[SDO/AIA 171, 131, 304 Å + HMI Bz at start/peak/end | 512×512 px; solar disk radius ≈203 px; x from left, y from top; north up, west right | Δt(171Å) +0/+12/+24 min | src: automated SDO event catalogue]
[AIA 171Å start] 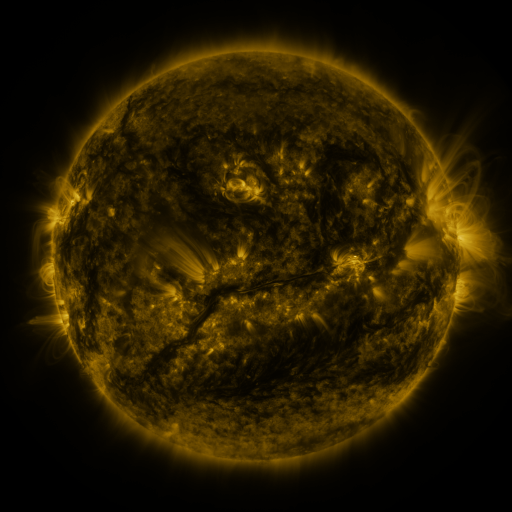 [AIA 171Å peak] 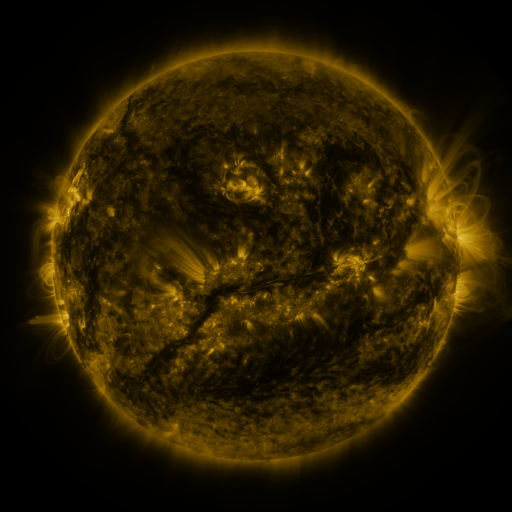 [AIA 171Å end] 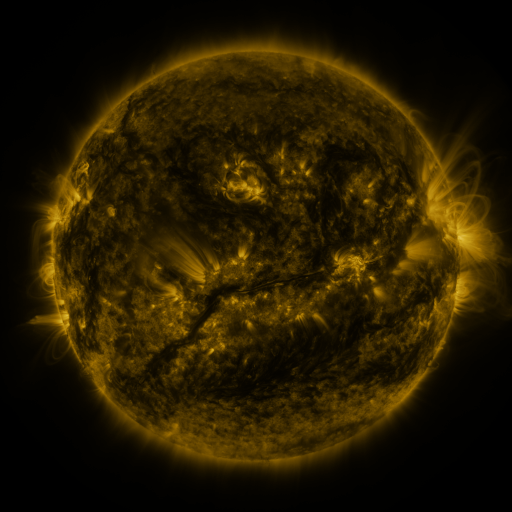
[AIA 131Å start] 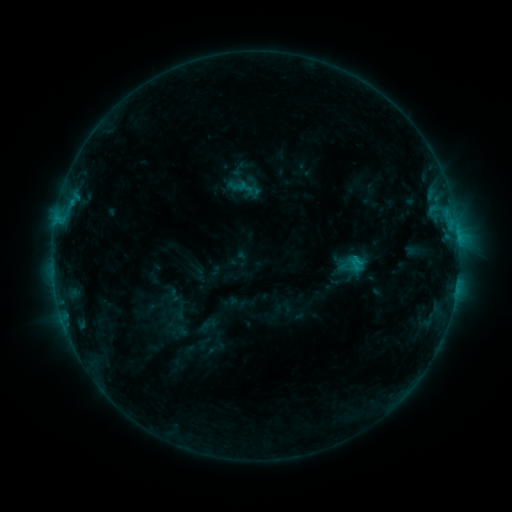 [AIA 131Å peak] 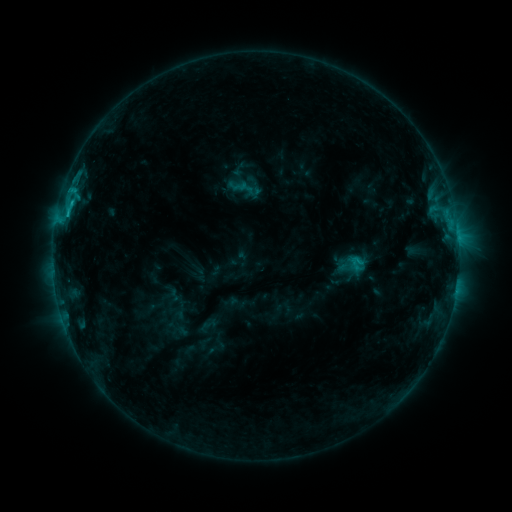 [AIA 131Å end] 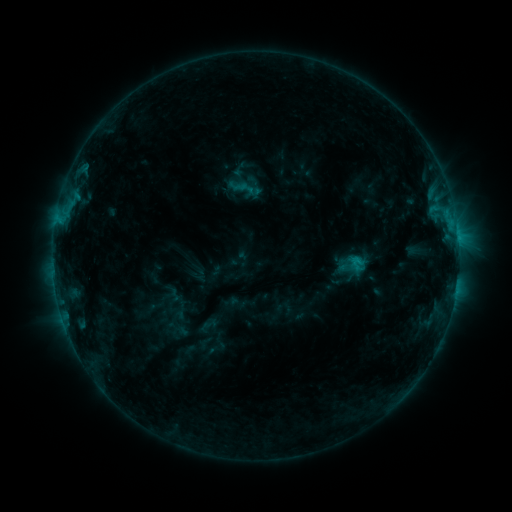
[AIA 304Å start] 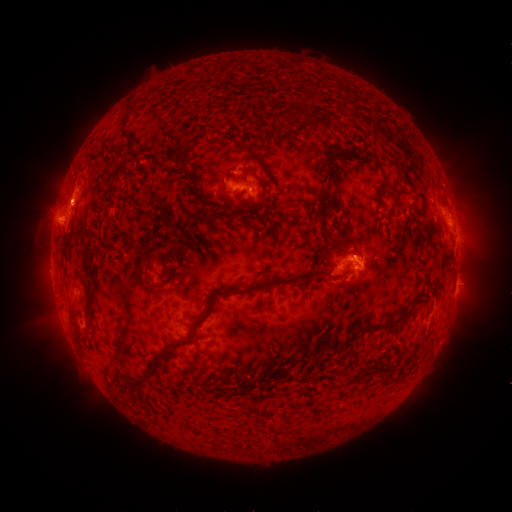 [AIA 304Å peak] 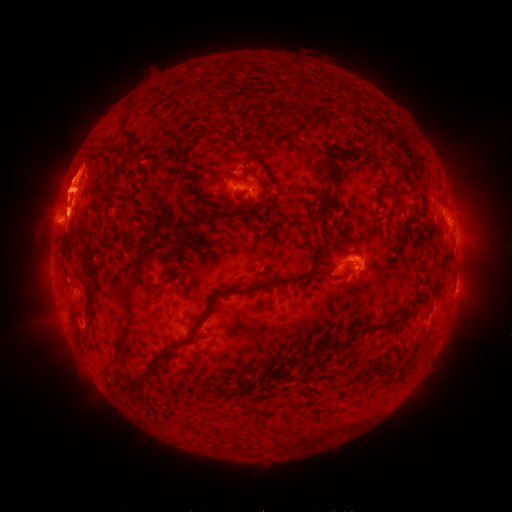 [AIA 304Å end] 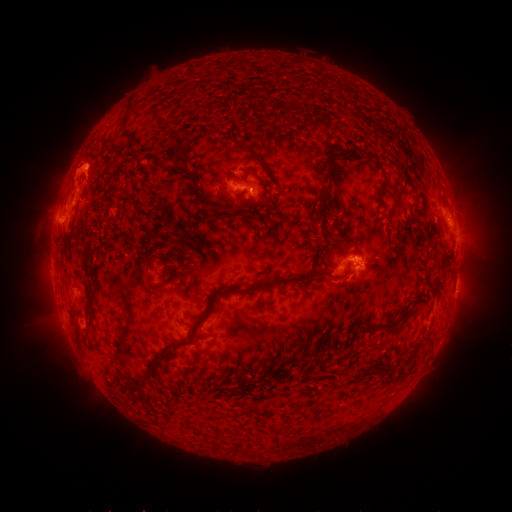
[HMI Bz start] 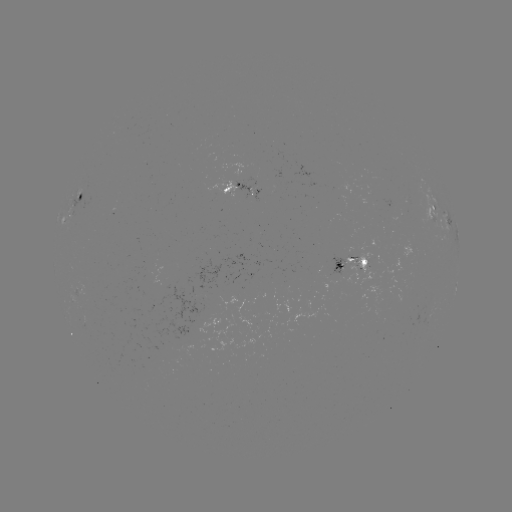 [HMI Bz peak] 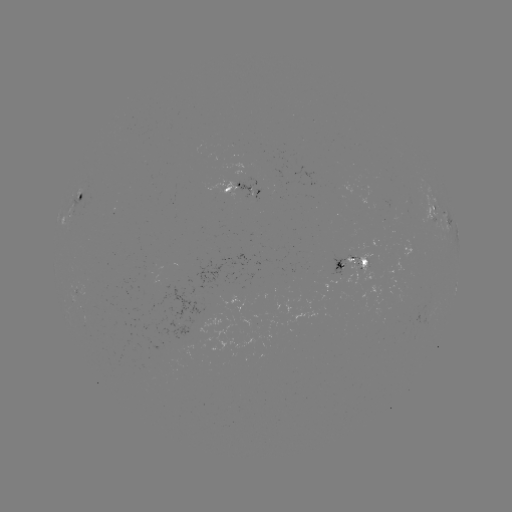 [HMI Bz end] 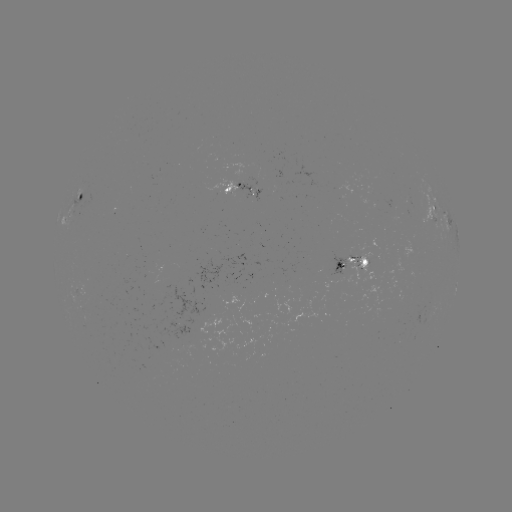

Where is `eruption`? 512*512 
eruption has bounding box [0, 97, 156, 283].